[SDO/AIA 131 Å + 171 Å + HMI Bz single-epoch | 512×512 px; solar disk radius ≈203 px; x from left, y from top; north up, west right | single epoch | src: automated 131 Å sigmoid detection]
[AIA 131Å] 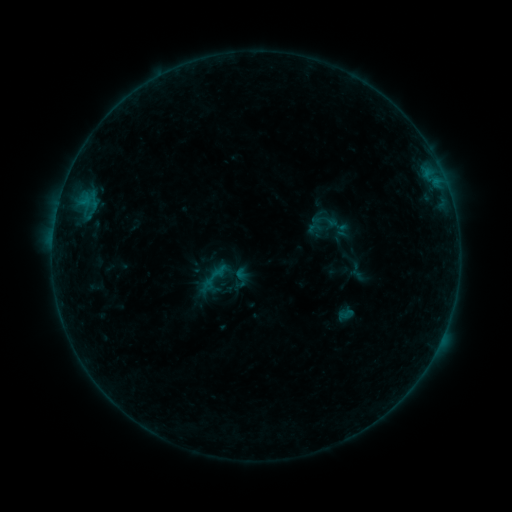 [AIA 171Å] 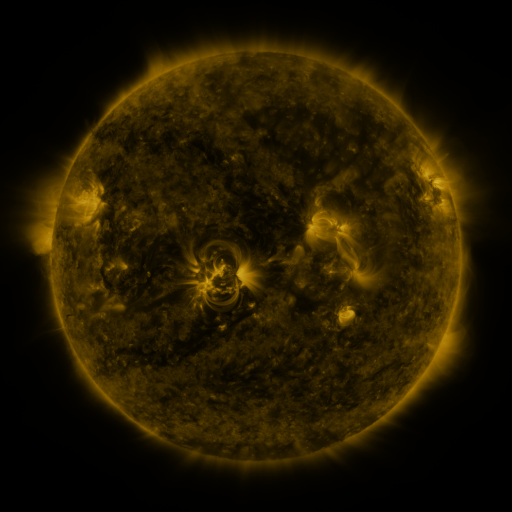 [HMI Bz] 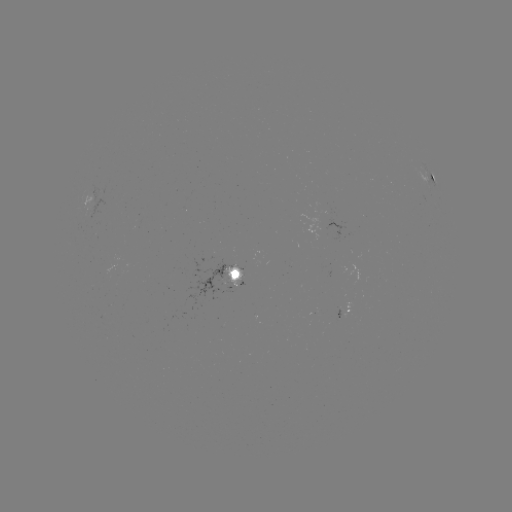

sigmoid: [313, 209, 339, 233]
